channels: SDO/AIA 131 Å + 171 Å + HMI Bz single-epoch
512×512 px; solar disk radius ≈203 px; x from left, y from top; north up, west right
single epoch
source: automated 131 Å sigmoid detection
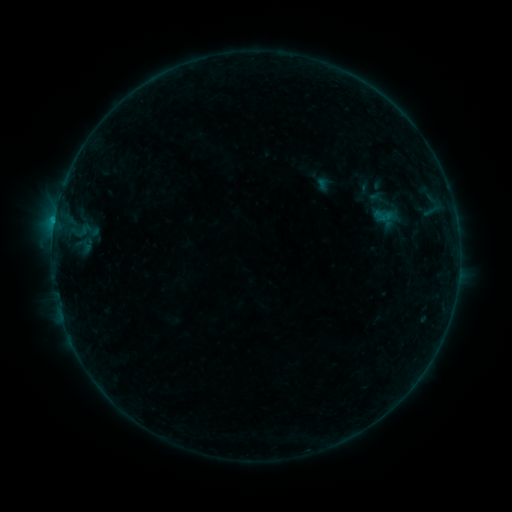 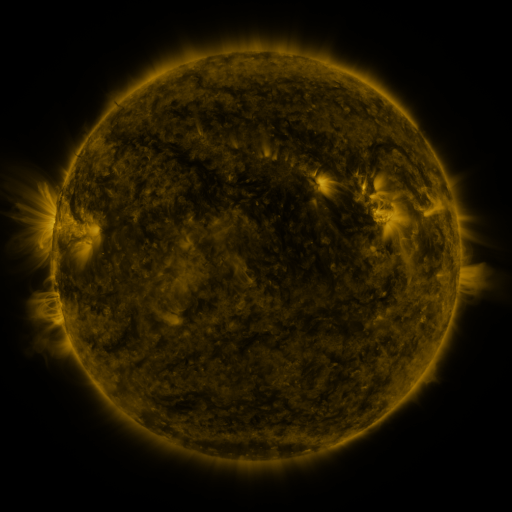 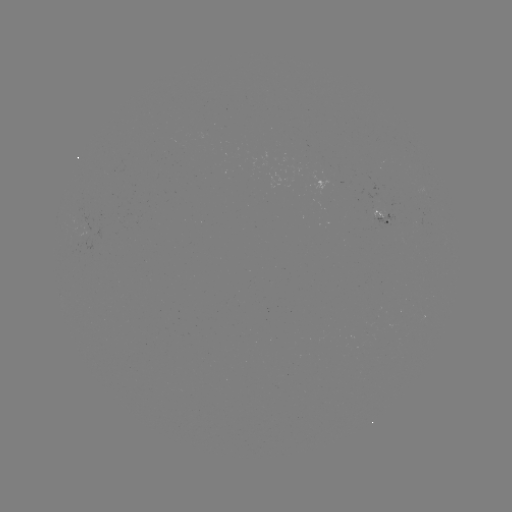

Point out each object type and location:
sigmoid: <bbox>365, 186, 392, 213</bbox>
